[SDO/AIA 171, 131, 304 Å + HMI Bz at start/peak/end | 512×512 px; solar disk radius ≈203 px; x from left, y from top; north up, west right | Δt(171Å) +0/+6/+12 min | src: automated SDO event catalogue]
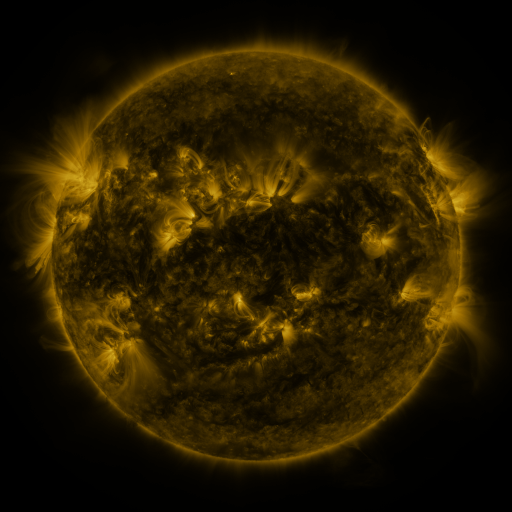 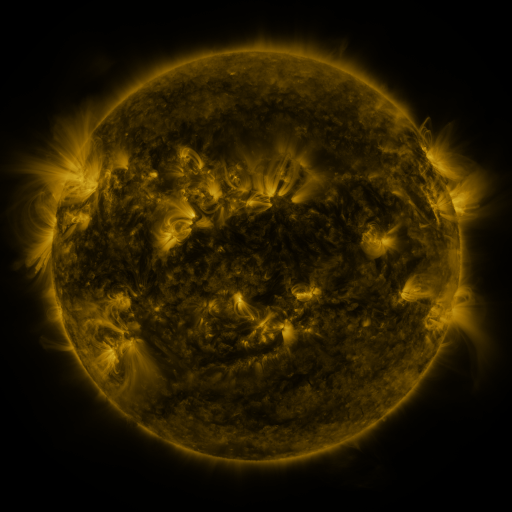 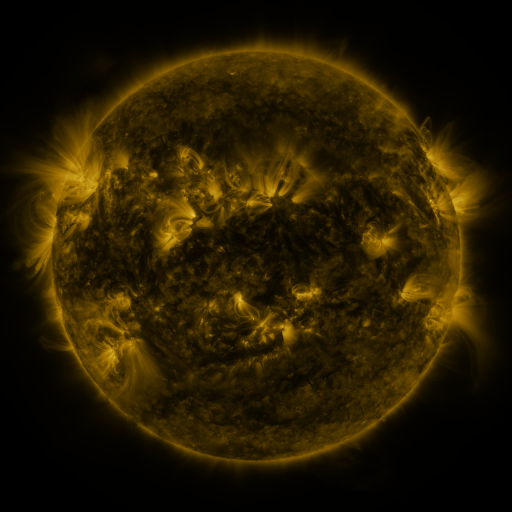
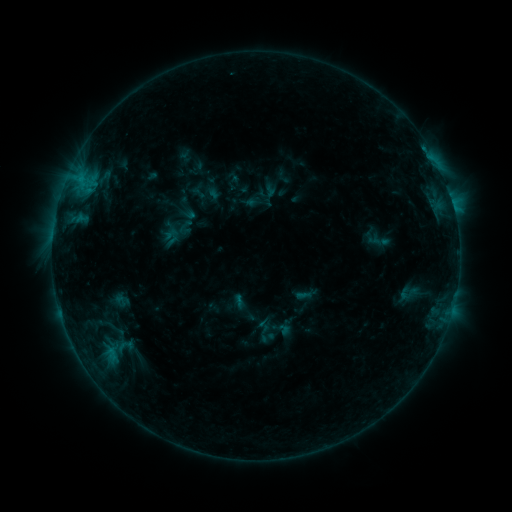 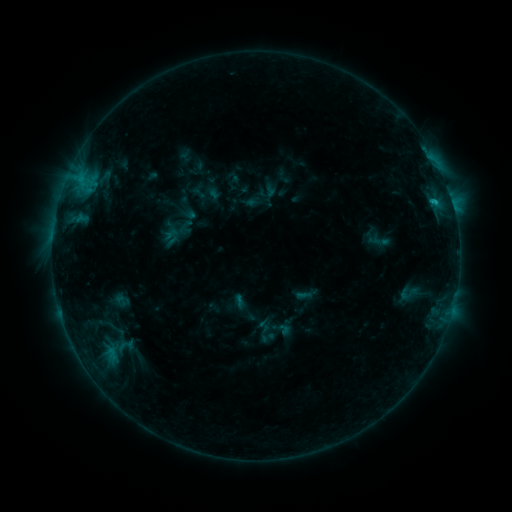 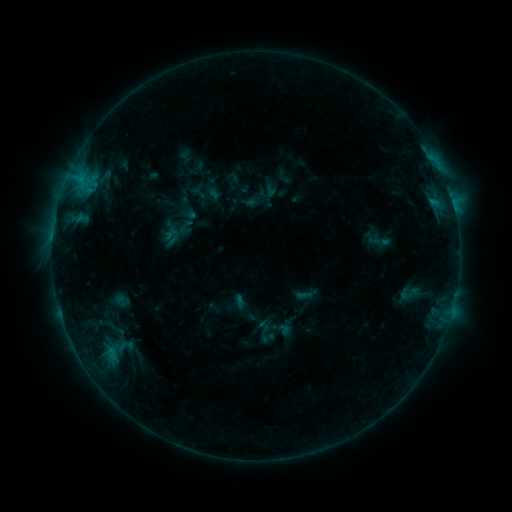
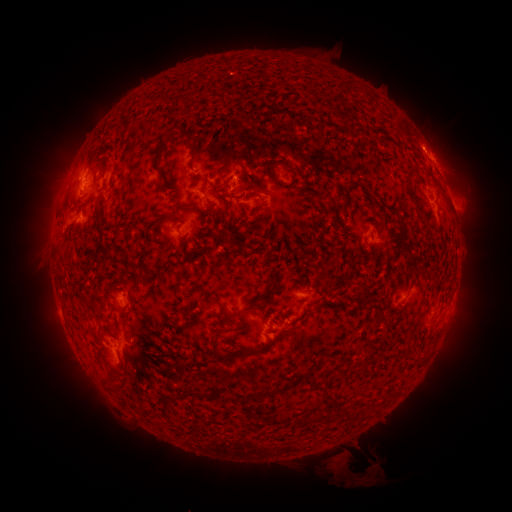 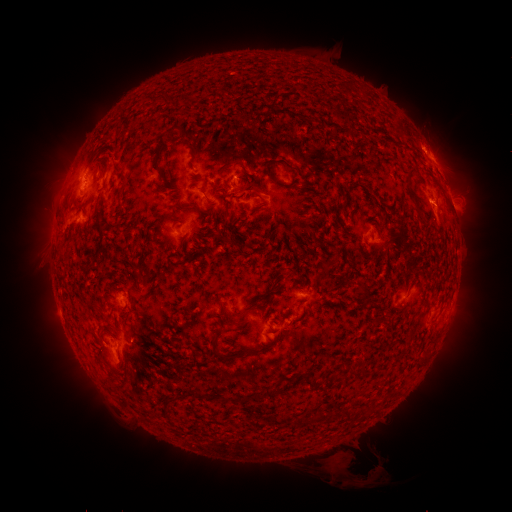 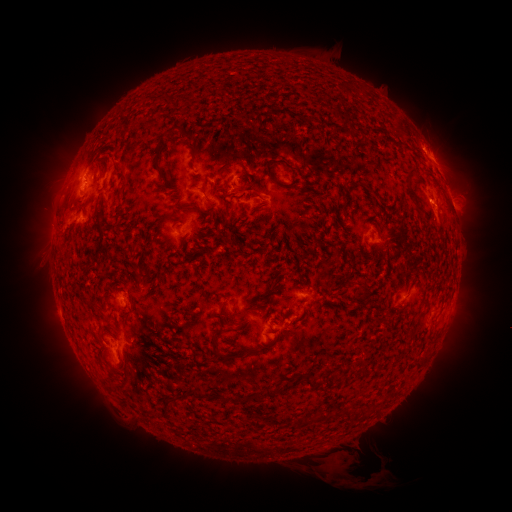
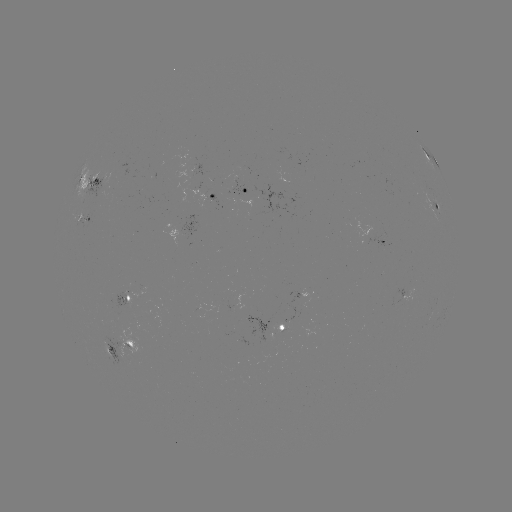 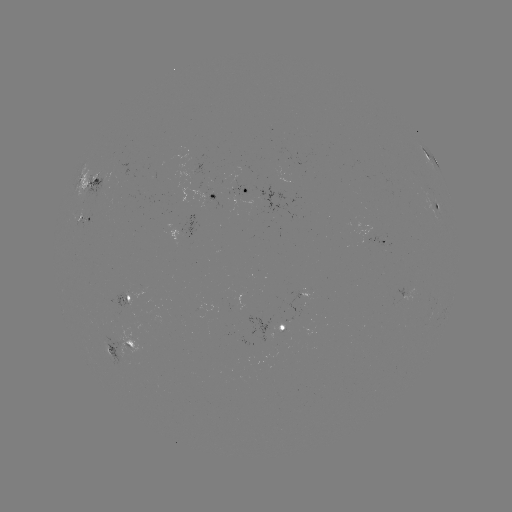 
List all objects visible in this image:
C1.1 flare: (434, 204)
